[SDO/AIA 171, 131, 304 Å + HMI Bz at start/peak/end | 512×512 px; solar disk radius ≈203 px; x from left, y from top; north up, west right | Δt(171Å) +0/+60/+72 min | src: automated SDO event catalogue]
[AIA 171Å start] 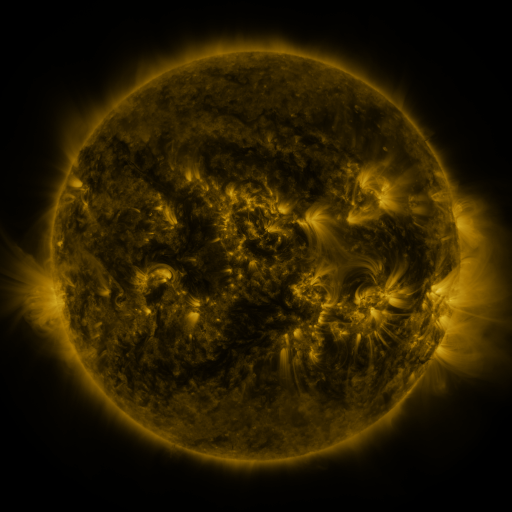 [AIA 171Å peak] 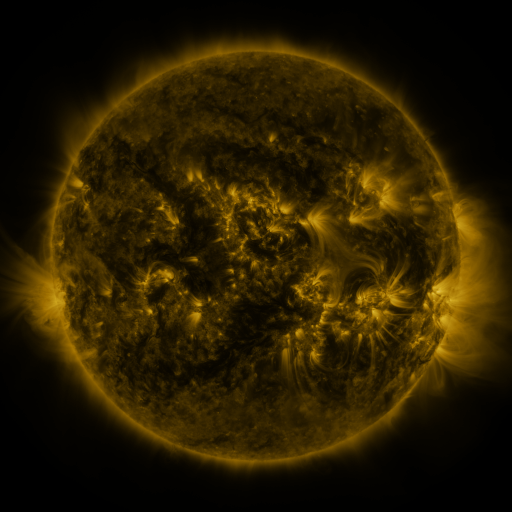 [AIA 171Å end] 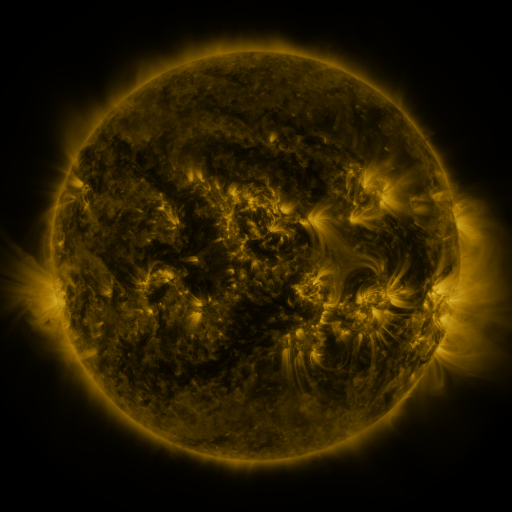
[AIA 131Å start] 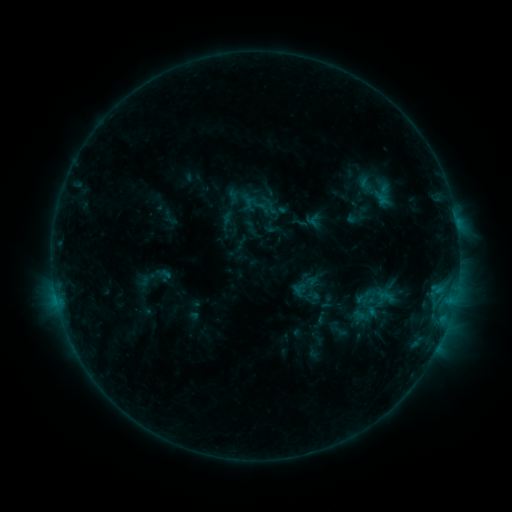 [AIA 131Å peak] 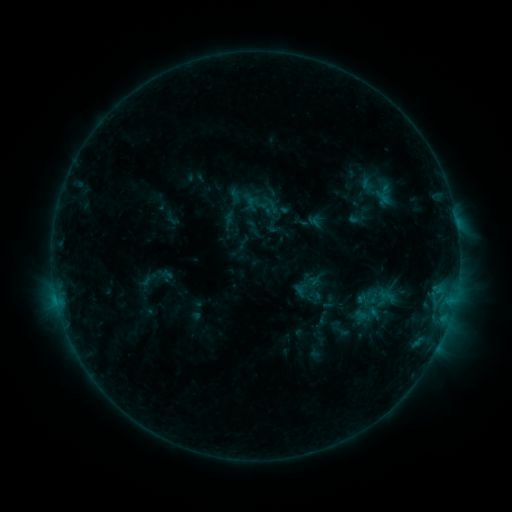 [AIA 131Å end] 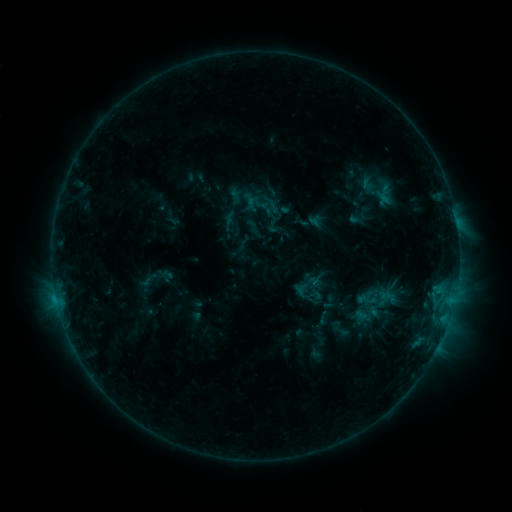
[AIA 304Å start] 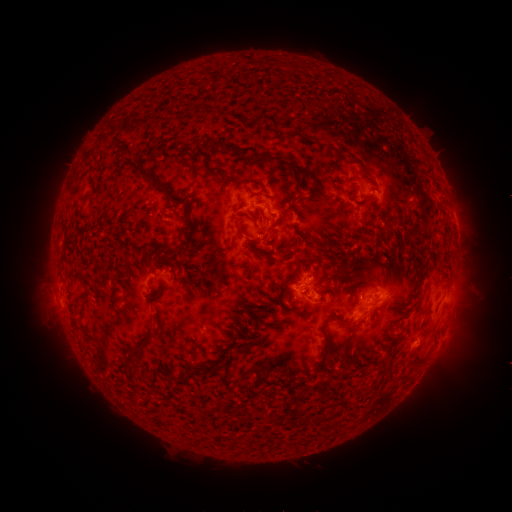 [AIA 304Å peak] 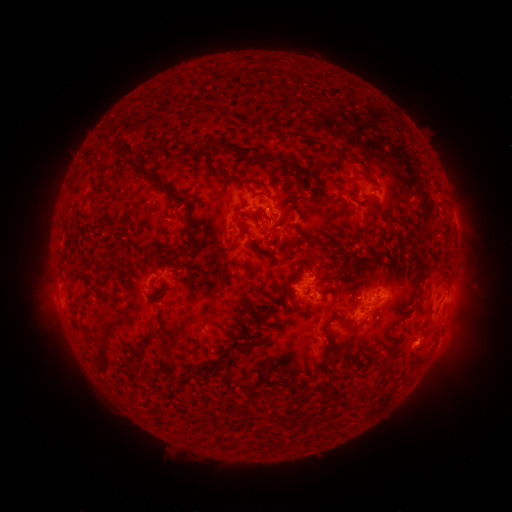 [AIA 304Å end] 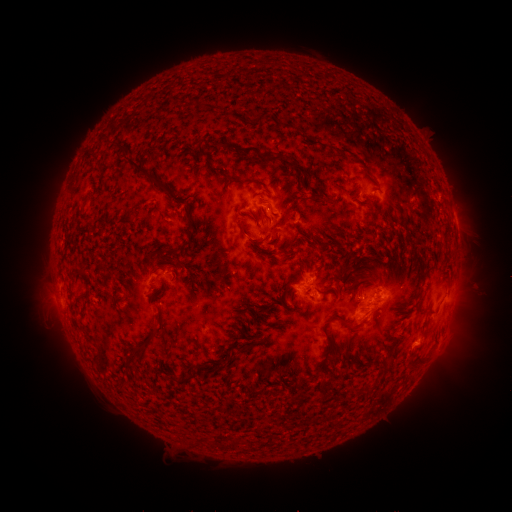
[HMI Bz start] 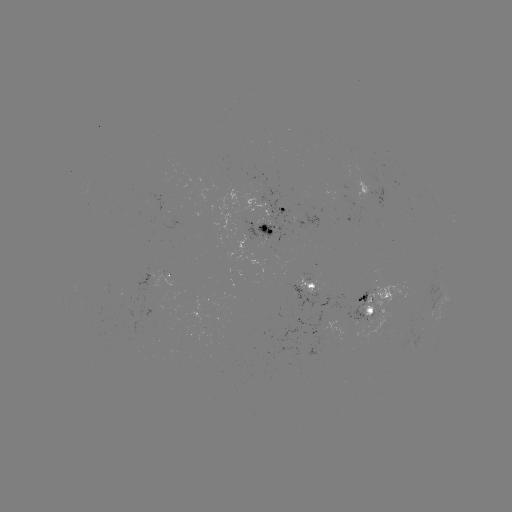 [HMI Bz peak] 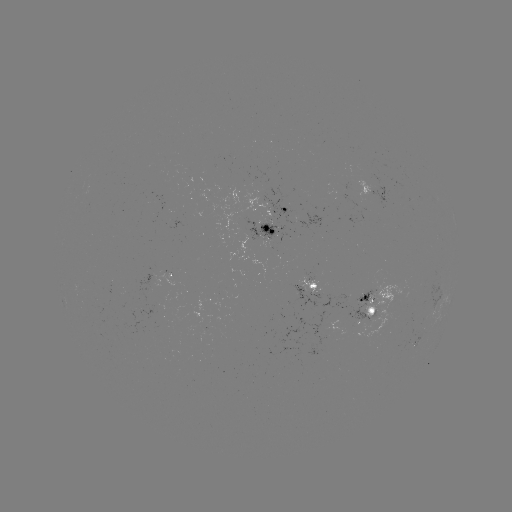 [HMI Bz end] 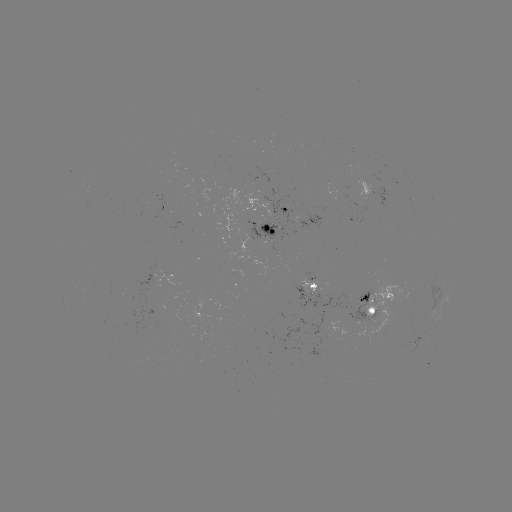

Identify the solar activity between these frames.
emerging-flux region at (364, 198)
